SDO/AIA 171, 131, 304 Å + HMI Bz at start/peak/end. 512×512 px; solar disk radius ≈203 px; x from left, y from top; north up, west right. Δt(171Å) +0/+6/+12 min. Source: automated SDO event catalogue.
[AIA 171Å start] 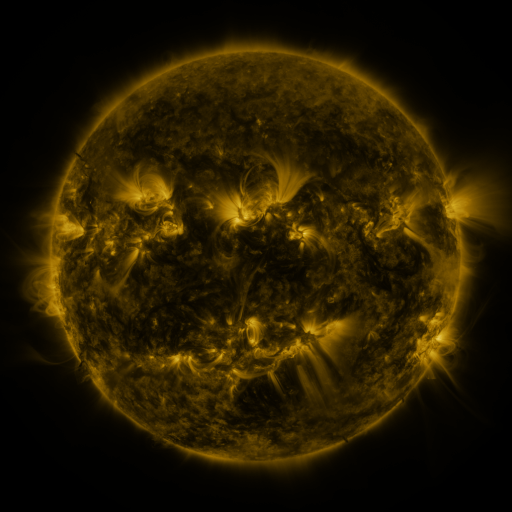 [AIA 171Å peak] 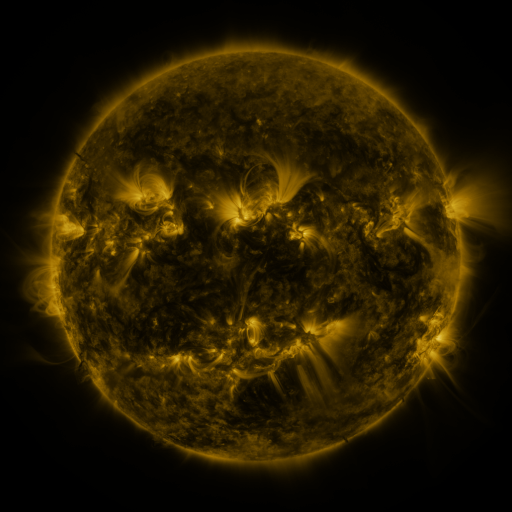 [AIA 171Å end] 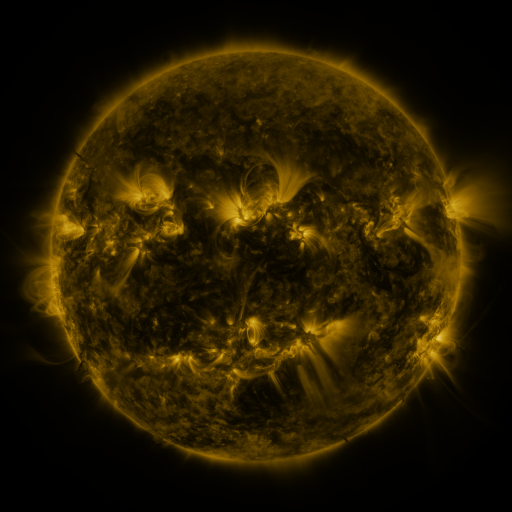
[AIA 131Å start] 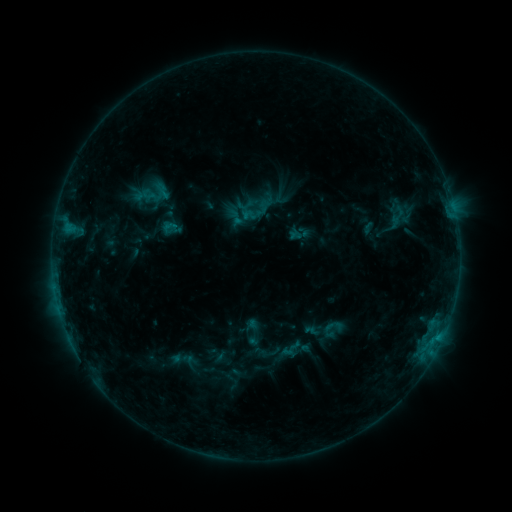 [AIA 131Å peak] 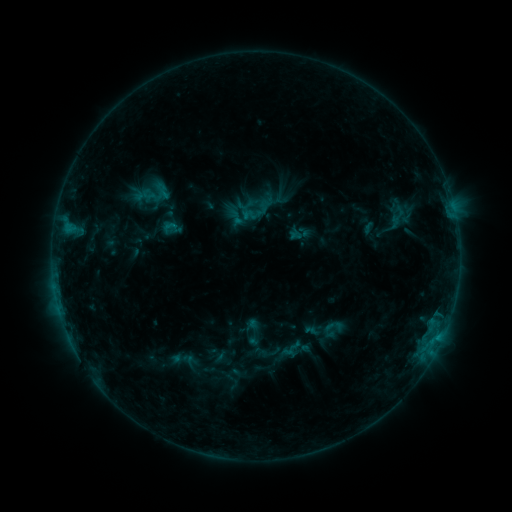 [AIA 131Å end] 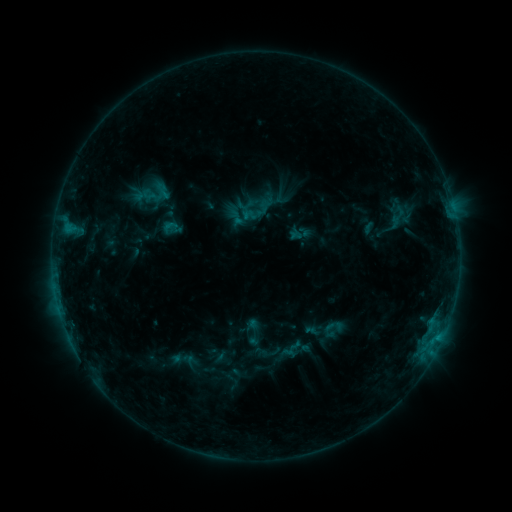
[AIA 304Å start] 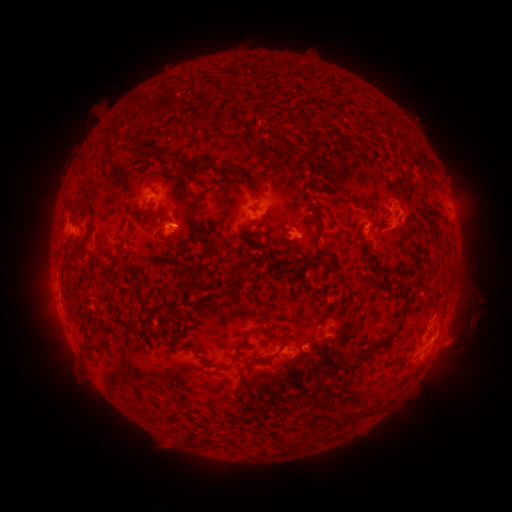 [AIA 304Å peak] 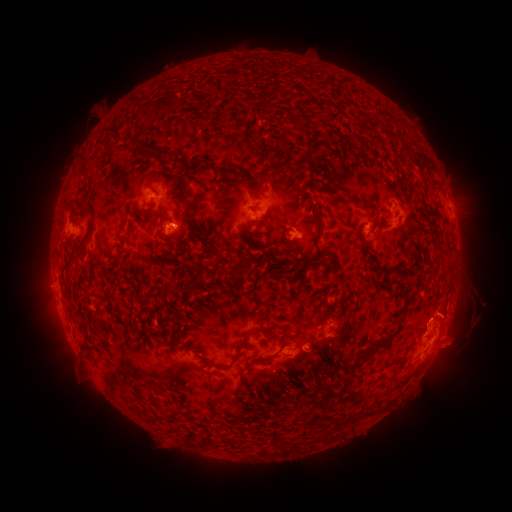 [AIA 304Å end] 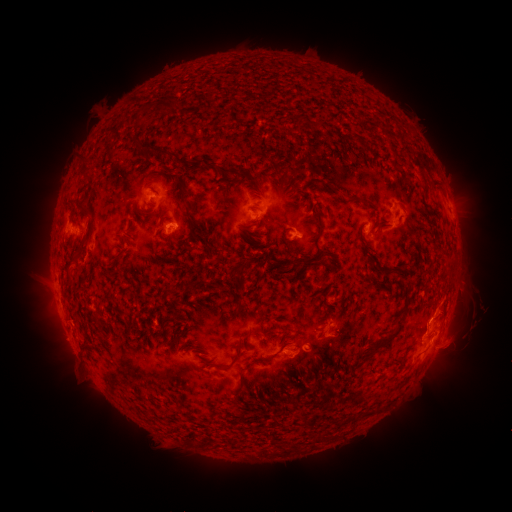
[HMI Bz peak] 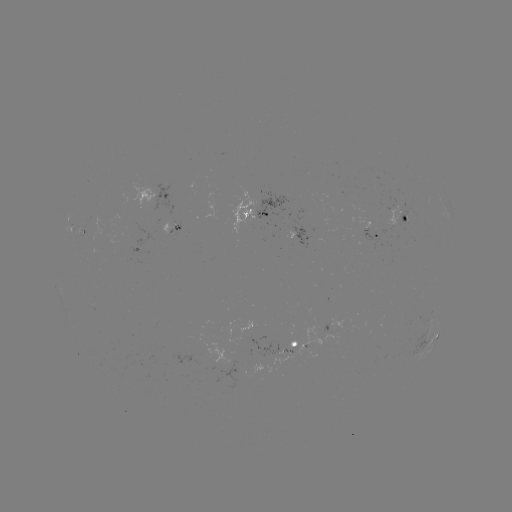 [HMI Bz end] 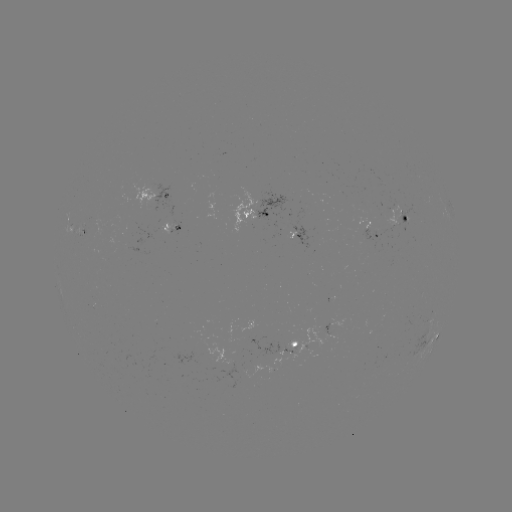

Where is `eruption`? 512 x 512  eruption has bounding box [416, 269, 501, 372].